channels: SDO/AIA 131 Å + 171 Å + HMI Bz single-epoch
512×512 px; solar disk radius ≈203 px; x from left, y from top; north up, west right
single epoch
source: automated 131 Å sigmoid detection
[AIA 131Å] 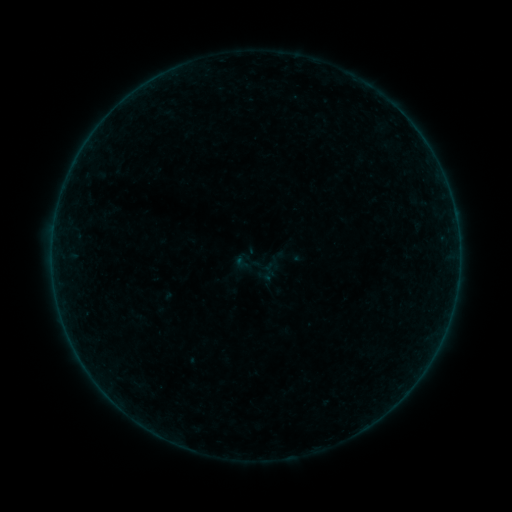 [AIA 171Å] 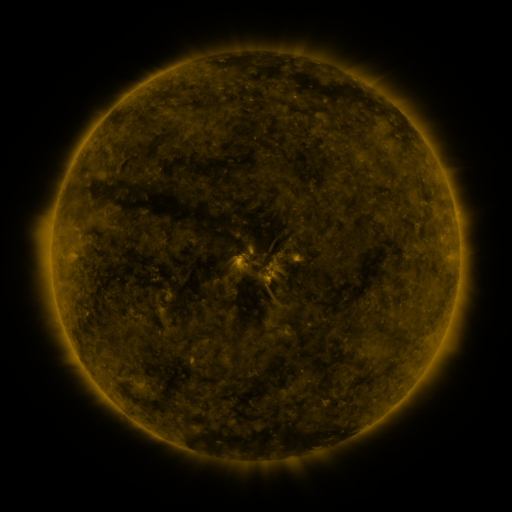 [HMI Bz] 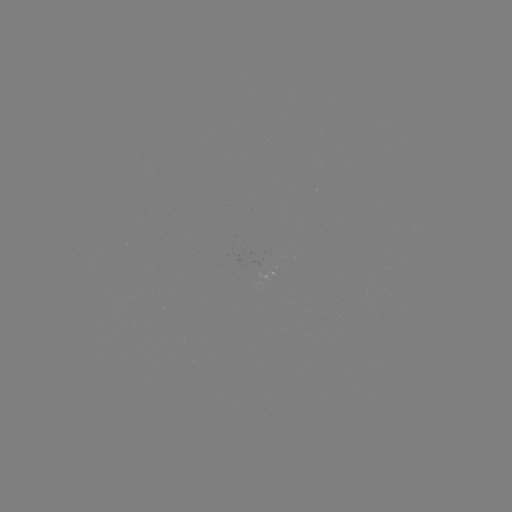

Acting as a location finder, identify sigmoid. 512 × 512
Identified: [258, 267].